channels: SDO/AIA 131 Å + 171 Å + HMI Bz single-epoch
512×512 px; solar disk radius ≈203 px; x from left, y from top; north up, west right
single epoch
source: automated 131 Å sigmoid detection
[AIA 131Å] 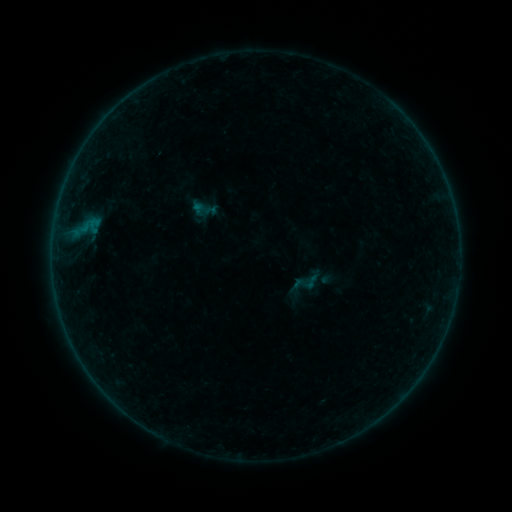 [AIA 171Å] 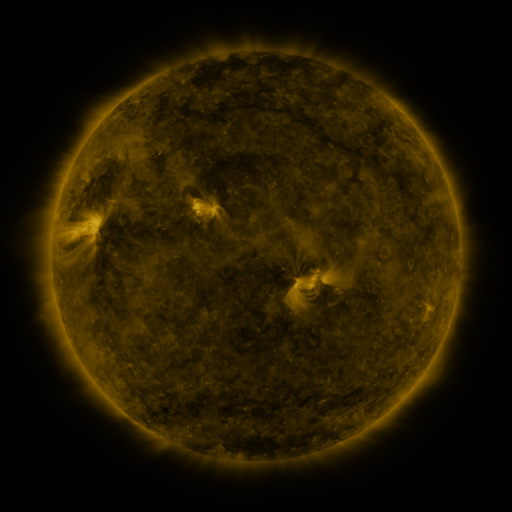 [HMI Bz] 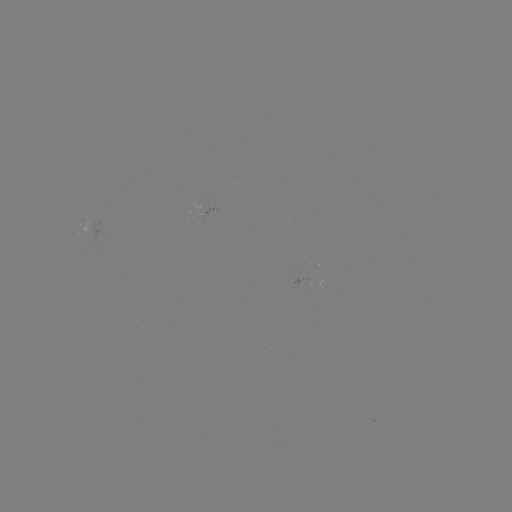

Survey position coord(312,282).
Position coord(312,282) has sigmoid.